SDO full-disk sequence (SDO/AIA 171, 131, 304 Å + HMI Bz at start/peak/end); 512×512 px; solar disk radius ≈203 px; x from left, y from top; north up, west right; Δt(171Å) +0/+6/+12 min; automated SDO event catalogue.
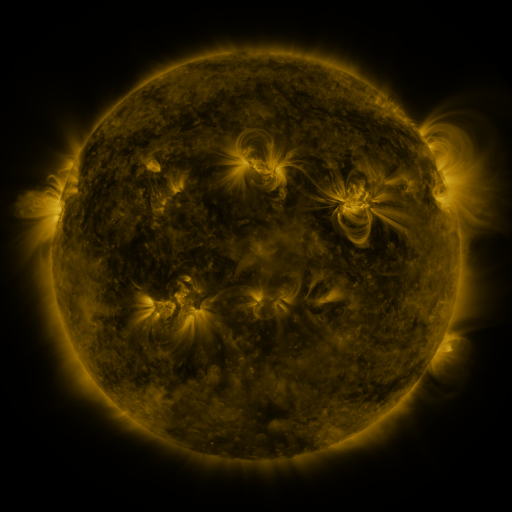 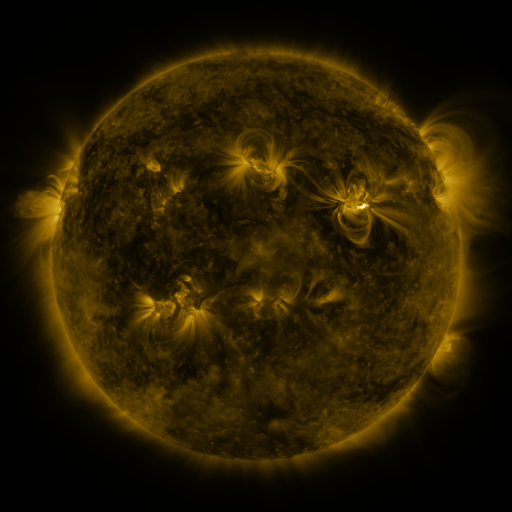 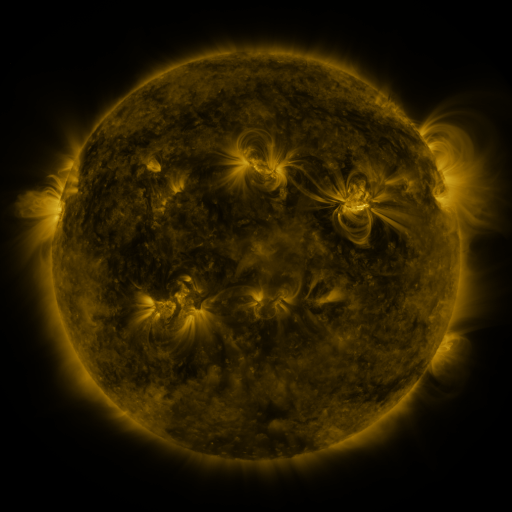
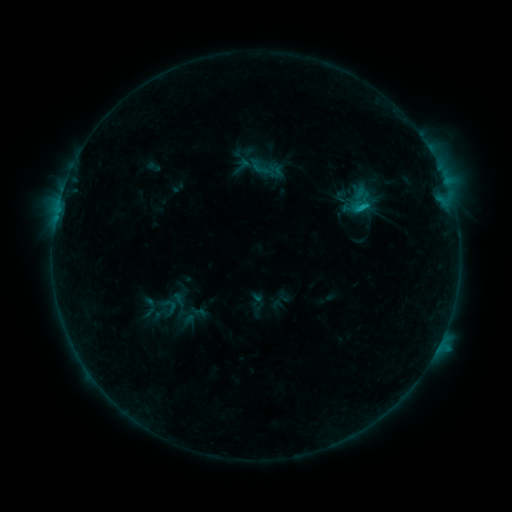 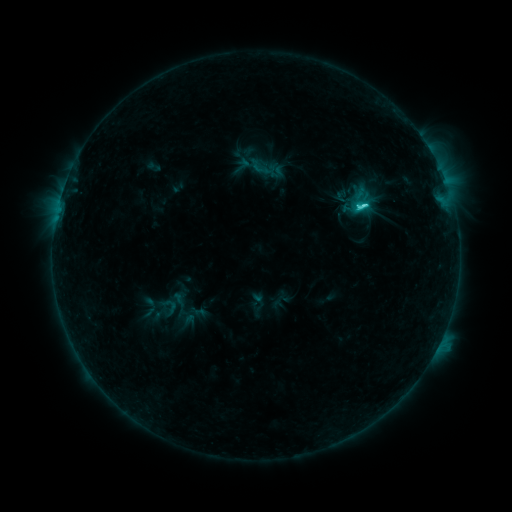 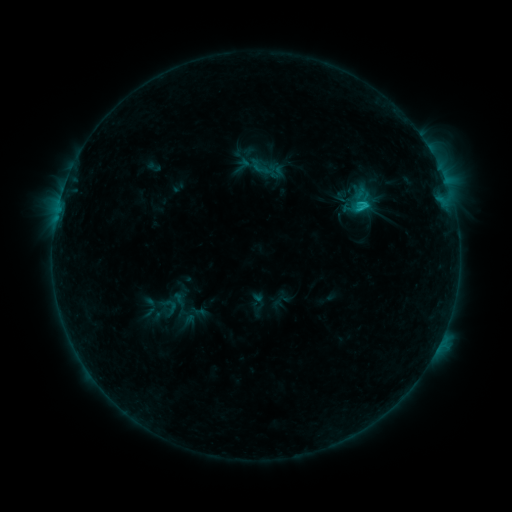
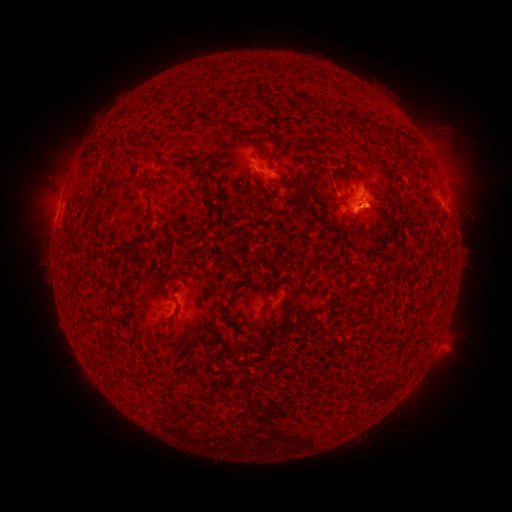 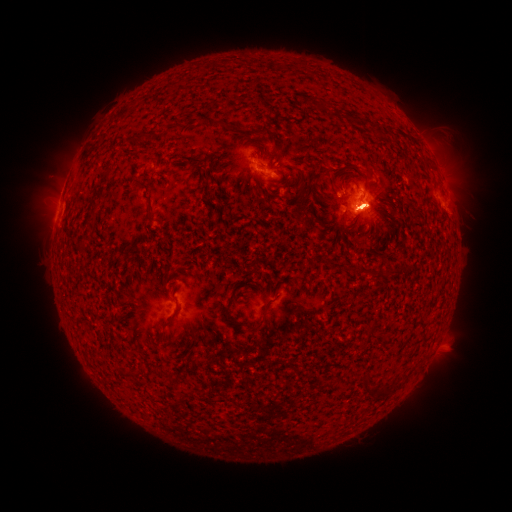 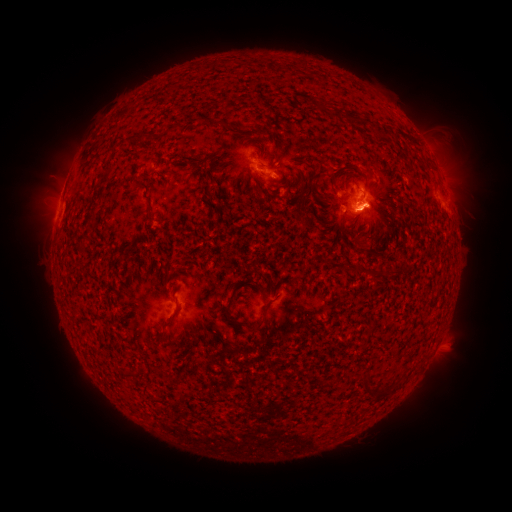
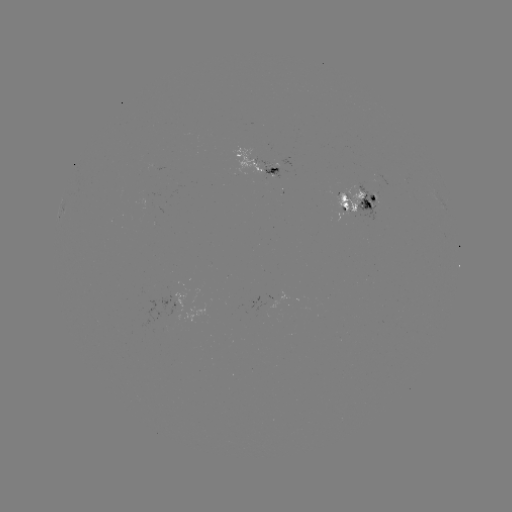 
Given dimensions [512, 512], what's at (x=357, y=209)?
C3.6 flare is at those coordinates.